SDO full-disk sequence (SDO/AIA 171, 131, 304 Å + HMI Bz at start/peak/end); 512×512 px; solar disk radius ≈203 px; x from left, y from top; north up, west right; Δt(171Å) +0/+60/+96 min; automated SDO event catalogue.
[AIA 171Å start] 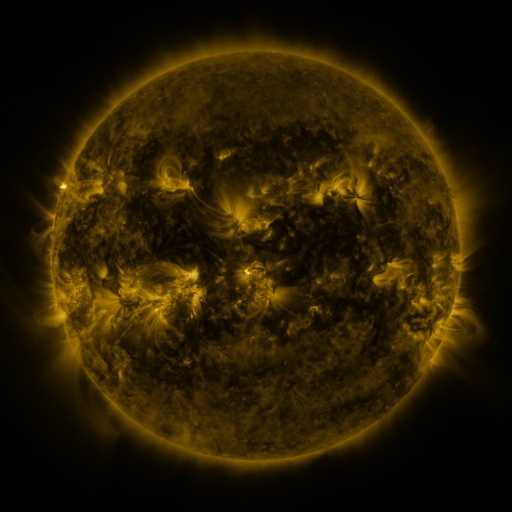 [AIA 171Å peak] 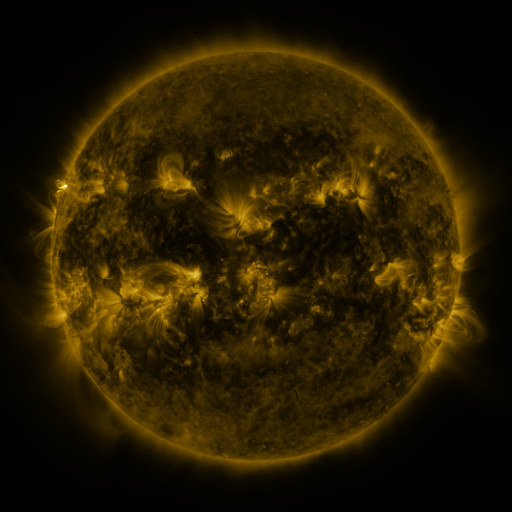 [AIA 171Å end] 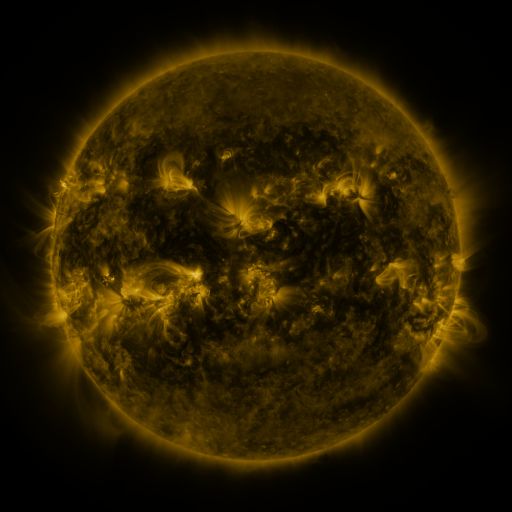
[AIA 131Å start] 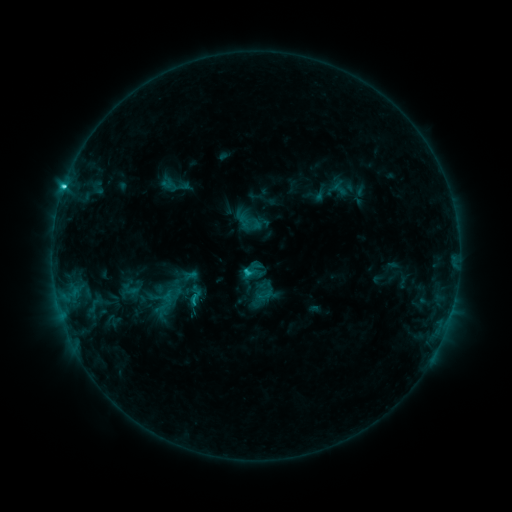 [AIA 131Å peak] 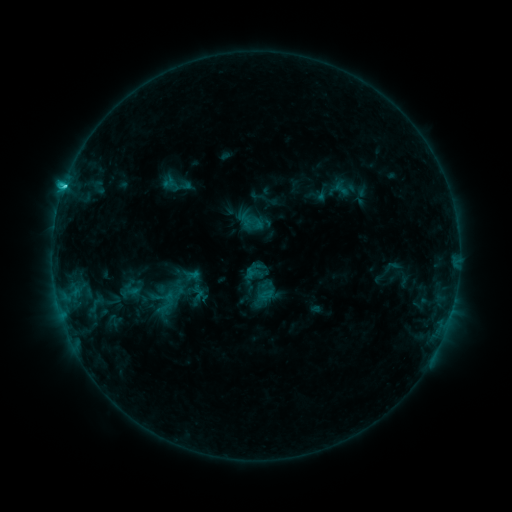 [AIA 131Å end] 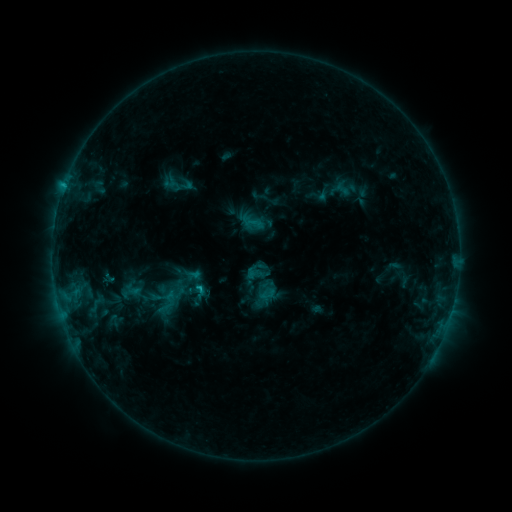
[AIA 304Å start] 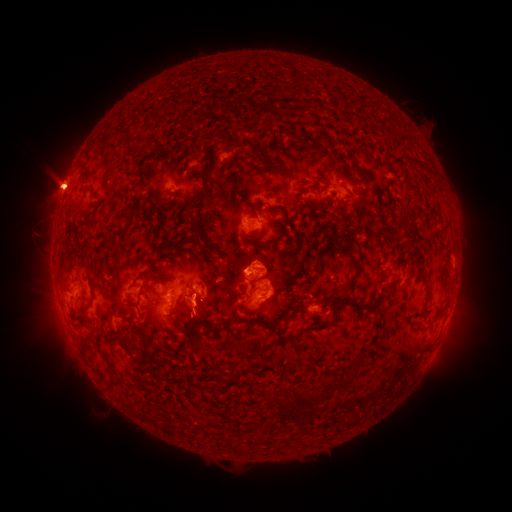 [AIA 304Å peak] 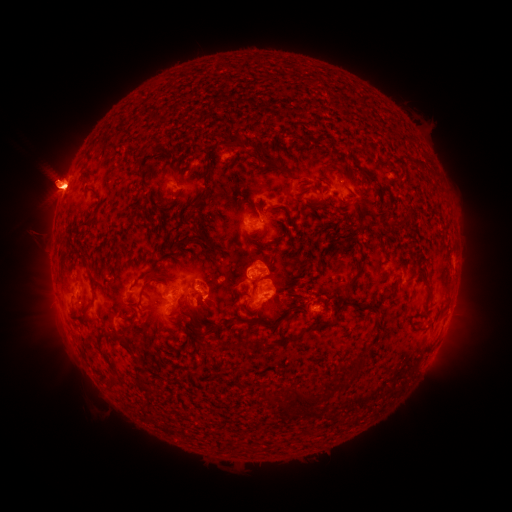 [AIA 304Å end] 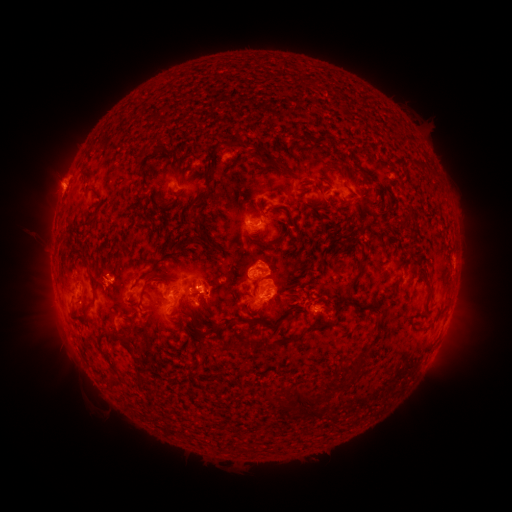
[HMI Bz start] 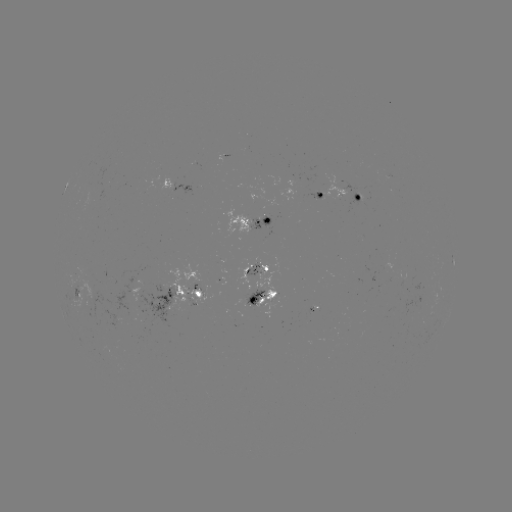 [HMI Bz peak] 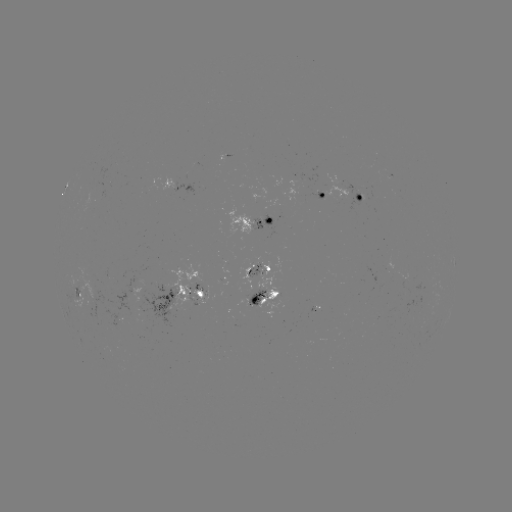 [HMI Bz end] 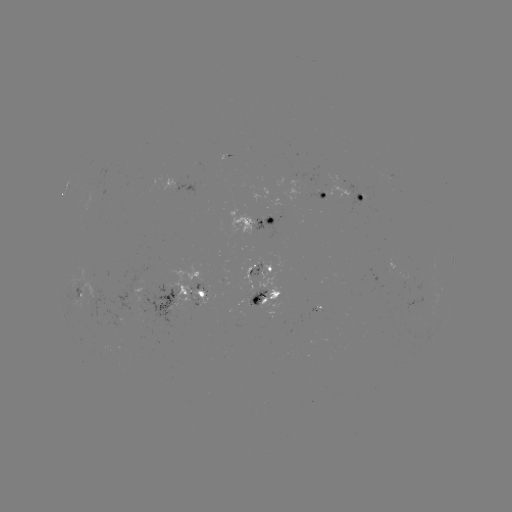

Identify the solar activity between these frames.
emerging-flux region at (118, 317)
